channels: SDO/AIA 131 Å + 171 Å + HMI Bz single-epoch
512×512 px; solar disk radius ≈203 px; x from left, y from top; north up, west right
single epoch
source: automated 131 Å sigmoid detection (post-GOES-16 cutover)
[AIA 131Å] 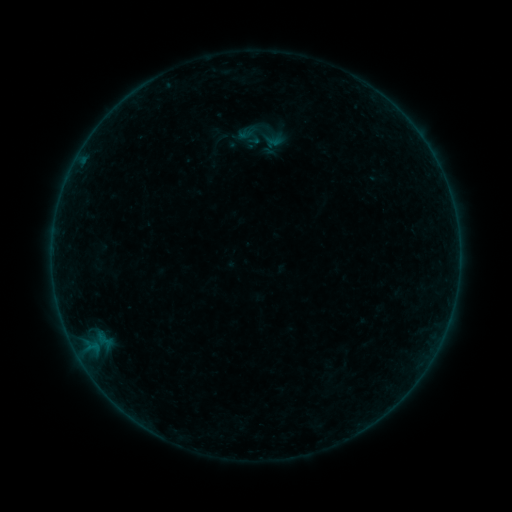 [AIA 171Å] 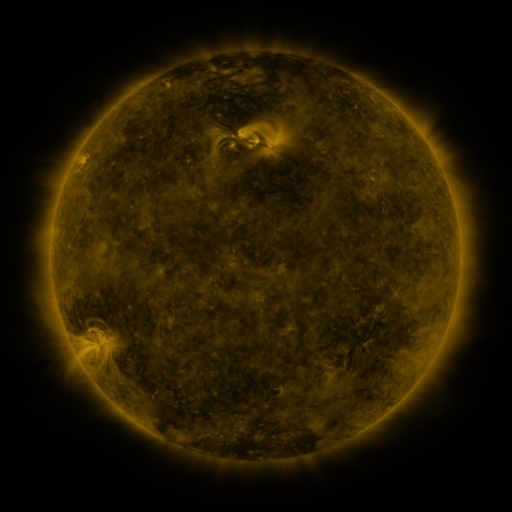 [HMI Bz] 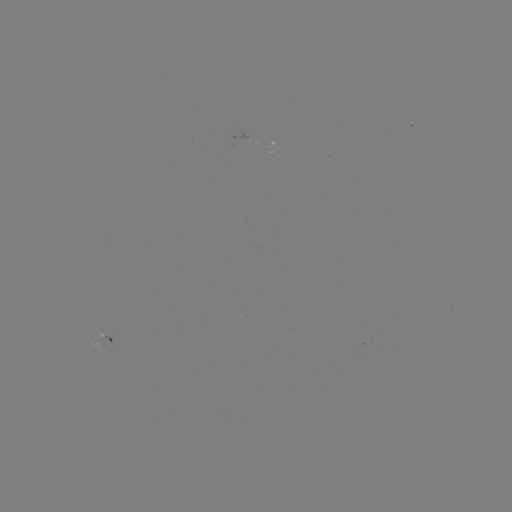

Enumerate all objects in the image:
sigmoid: (247, 134)
